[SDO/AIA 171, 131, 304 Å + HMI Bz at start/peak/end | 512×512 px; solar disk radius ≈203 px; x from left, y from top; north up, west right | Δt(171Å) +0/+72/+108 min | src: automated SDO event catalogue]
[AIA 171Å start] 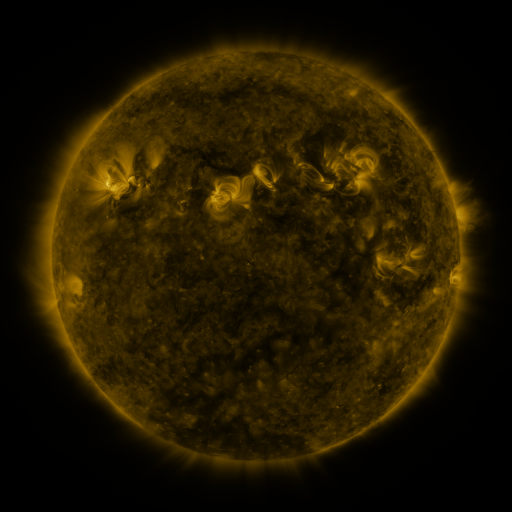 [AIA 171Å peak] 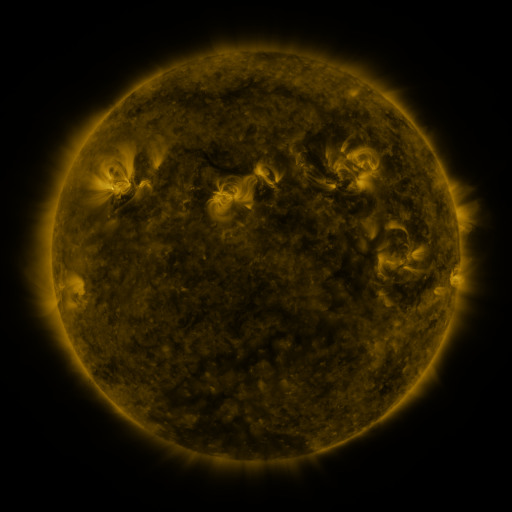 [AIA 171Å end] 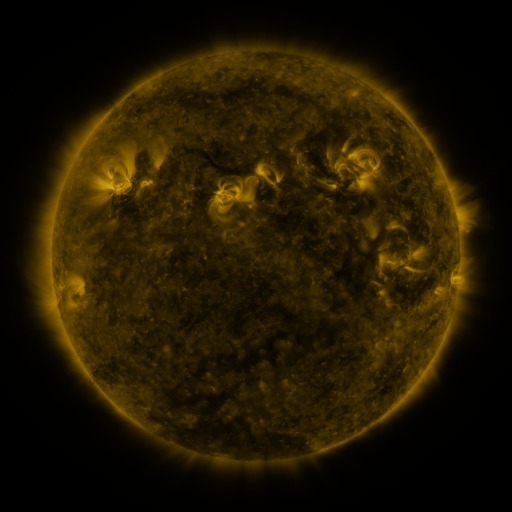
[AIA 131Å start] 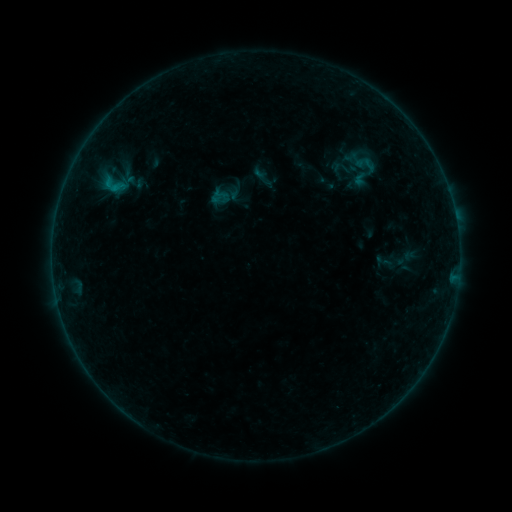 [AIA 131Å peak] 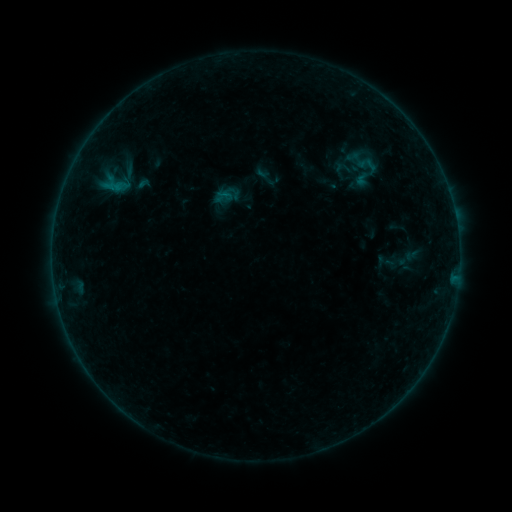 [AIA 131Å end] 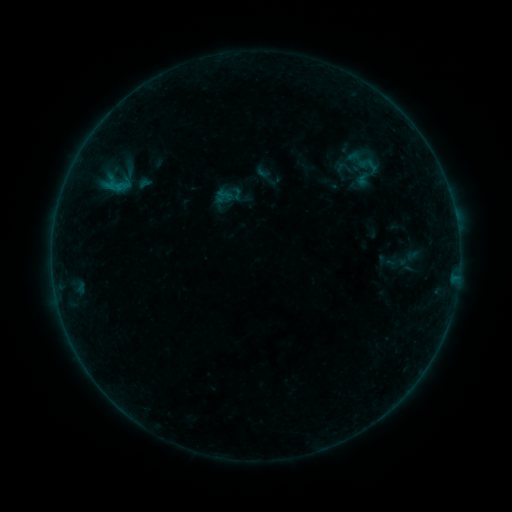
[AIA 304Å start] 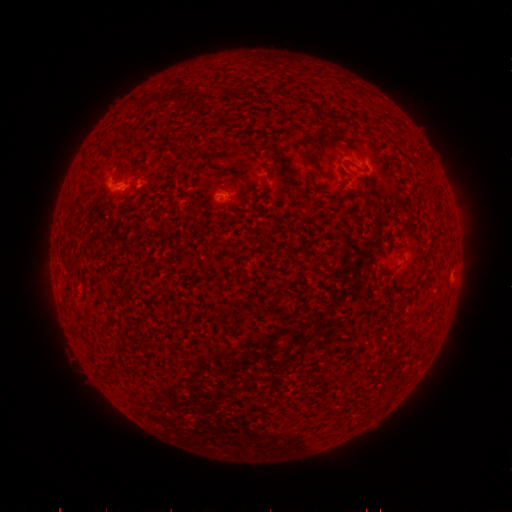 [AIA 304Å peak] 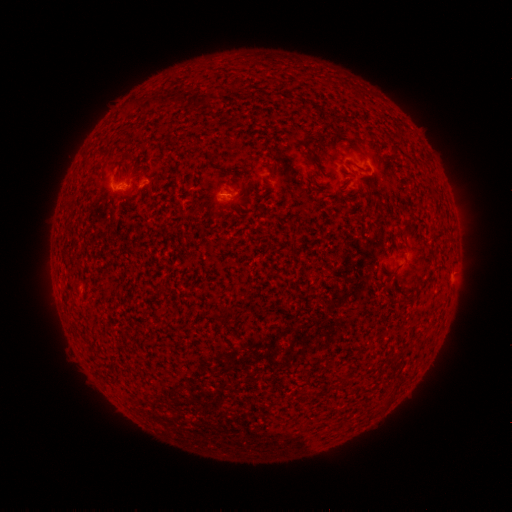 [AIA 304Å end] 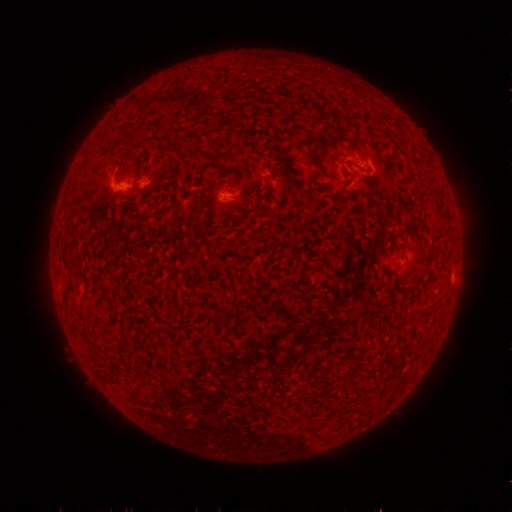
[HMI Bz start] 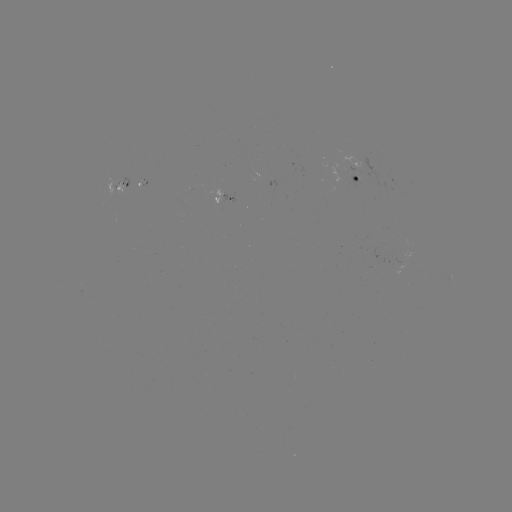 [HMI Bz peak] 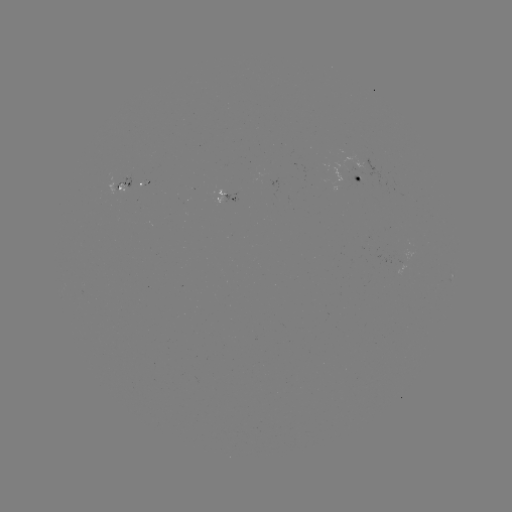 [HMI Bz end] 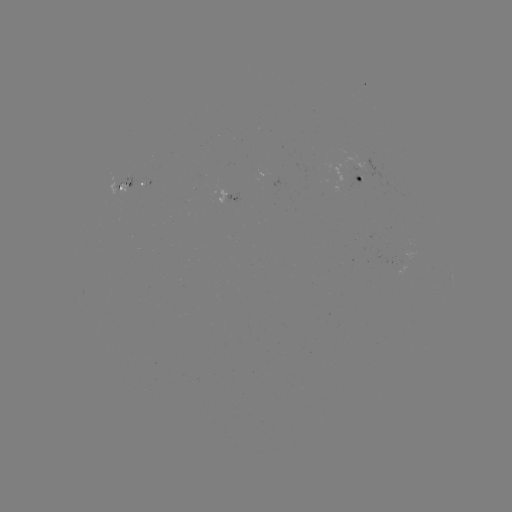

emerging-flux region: (215, 191, 226, 204)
